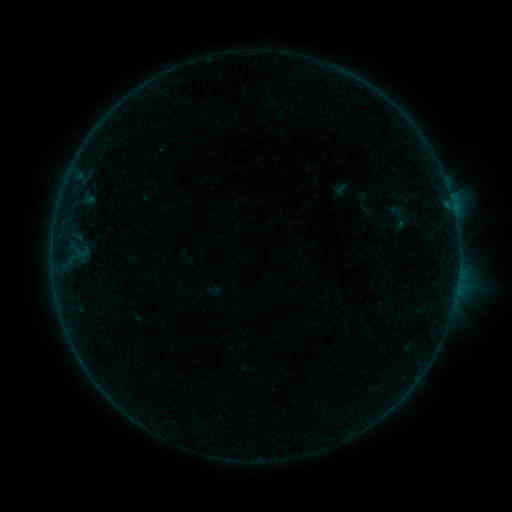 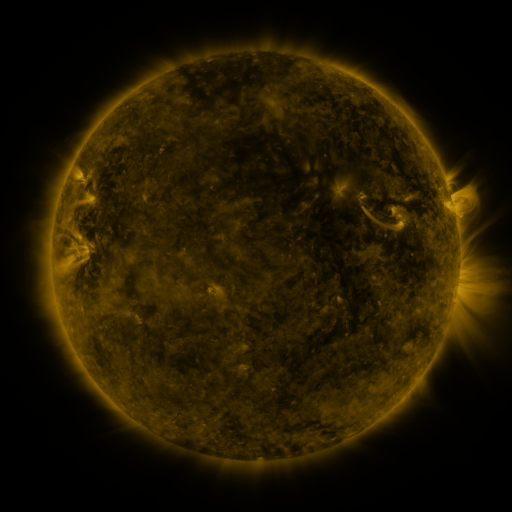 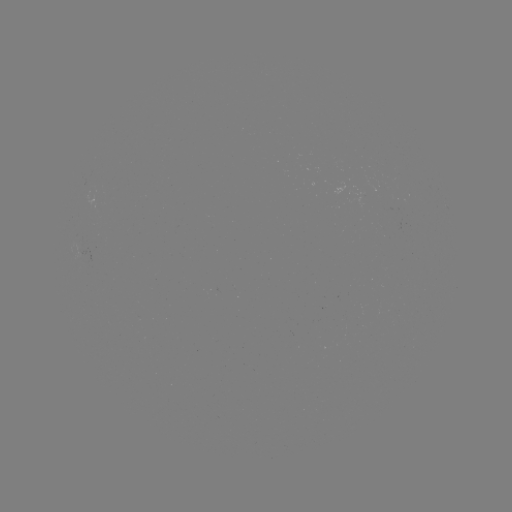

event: sigmoid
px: (399, 216)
